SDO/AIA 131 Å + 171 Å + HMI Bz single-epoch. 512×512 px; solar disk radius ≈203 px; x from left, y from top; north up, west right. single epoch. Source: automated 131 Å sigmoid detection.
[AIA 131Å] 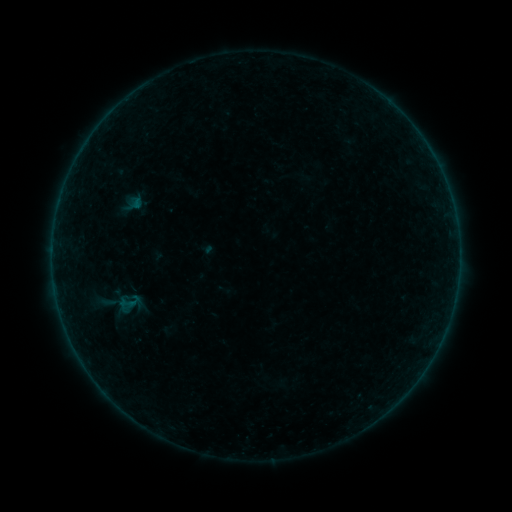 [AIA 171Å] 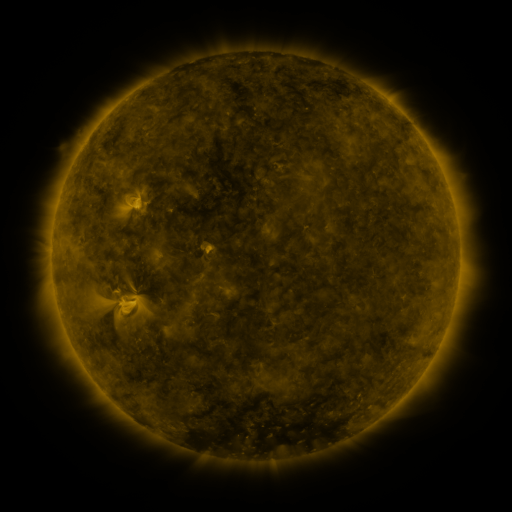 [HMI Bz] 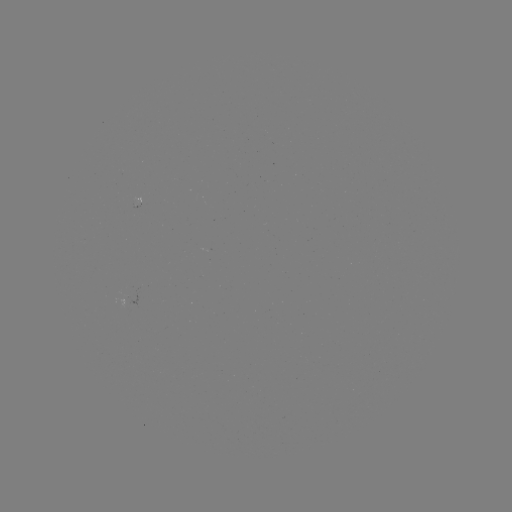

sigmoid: (111, 290, 146, 315)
